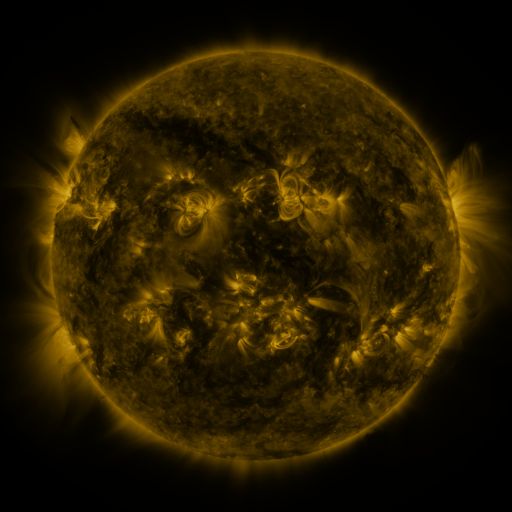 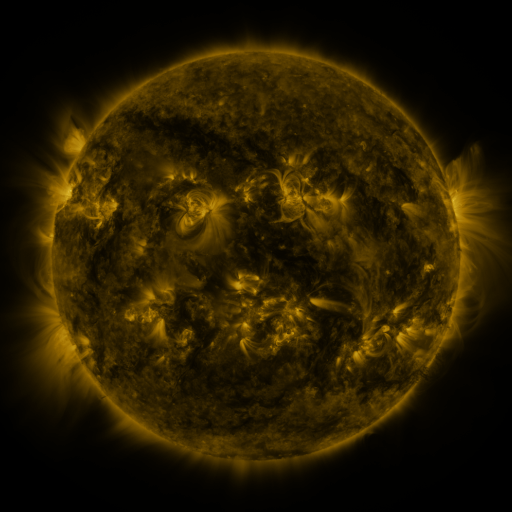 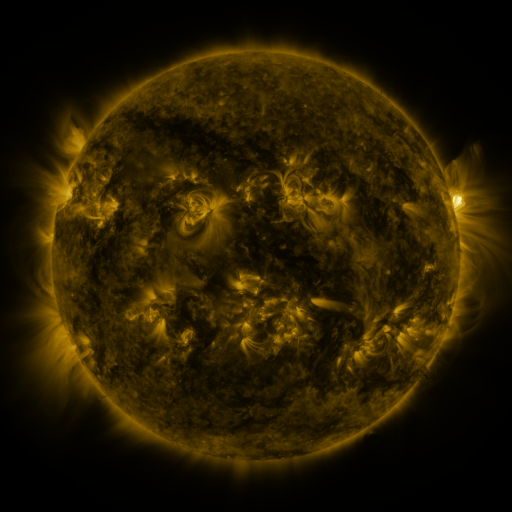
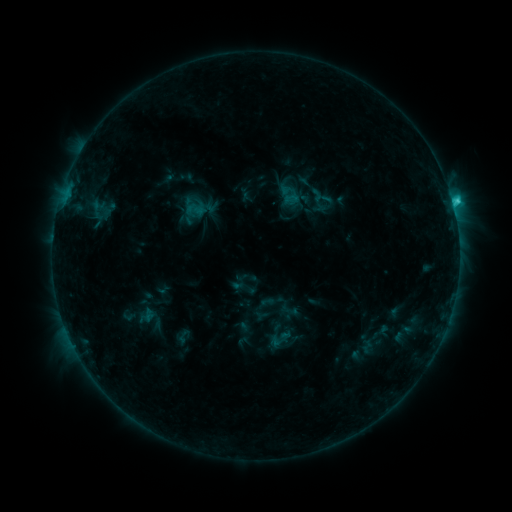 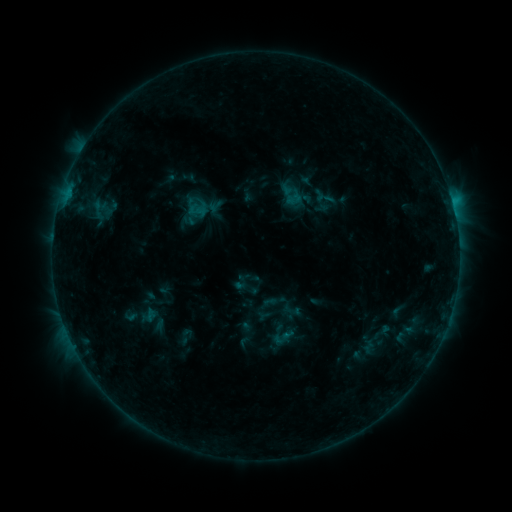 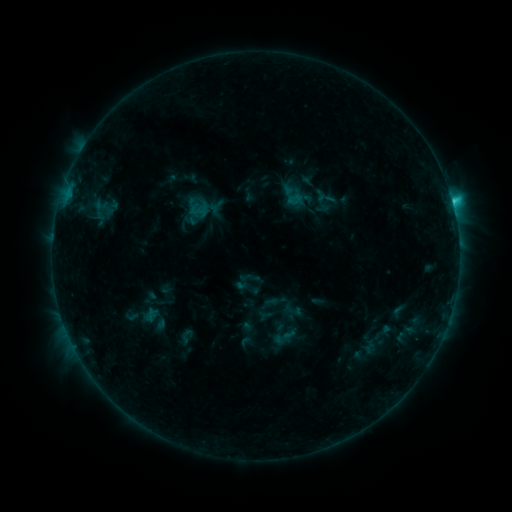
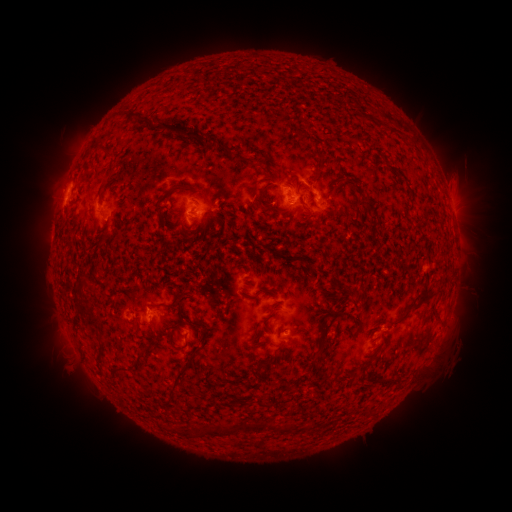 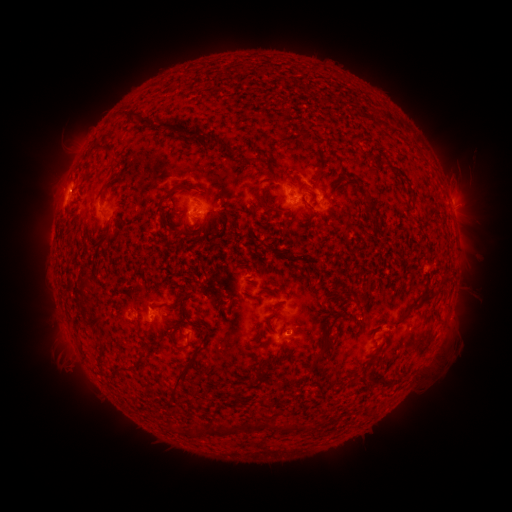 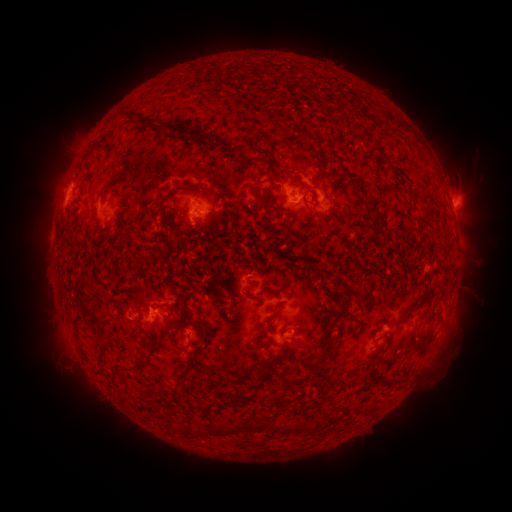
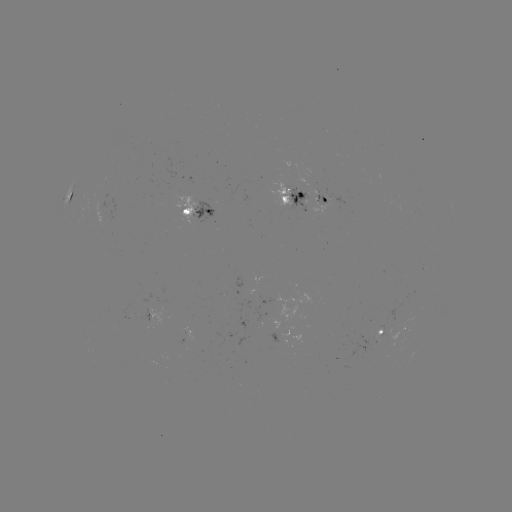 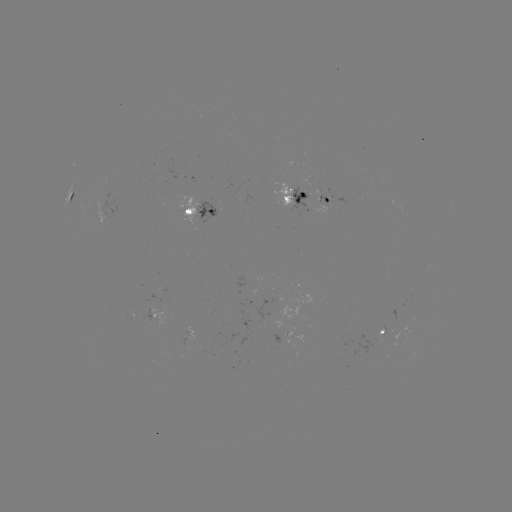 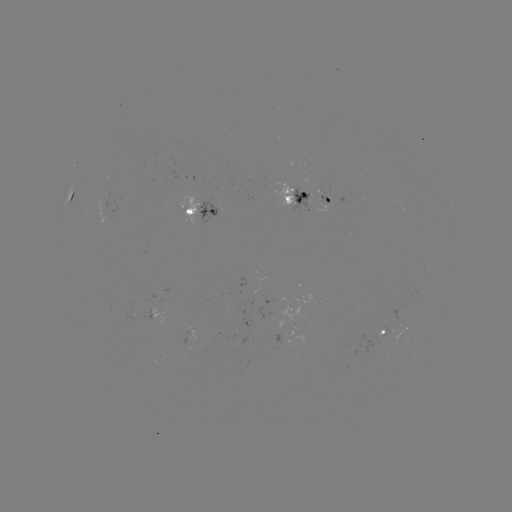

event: emerging-flux region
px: (141, 315)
